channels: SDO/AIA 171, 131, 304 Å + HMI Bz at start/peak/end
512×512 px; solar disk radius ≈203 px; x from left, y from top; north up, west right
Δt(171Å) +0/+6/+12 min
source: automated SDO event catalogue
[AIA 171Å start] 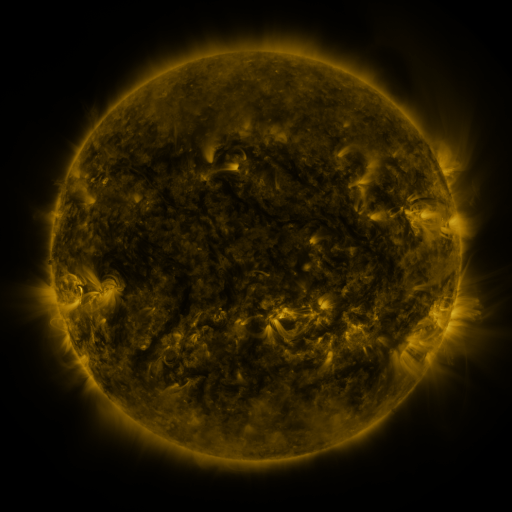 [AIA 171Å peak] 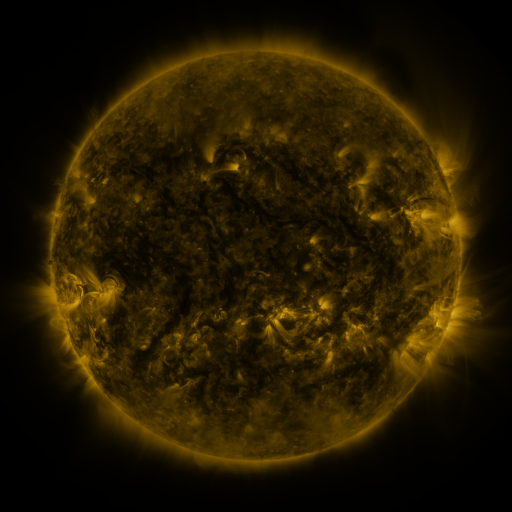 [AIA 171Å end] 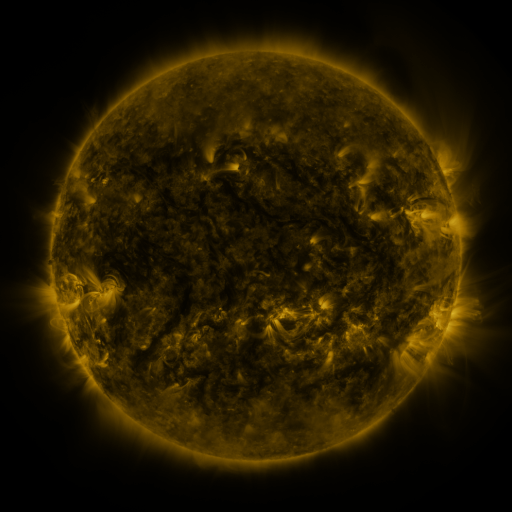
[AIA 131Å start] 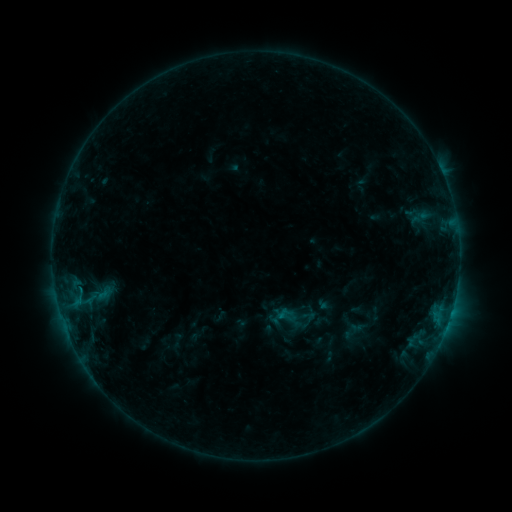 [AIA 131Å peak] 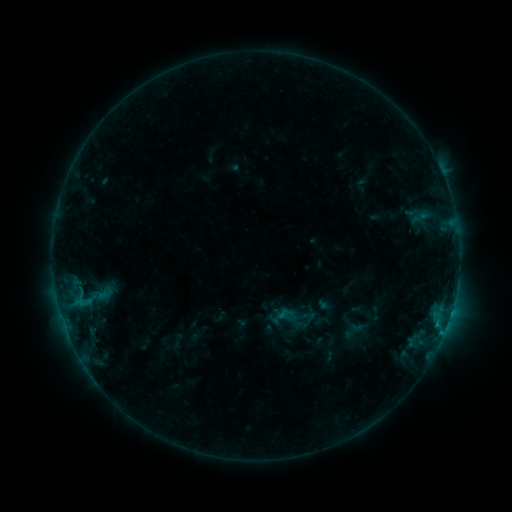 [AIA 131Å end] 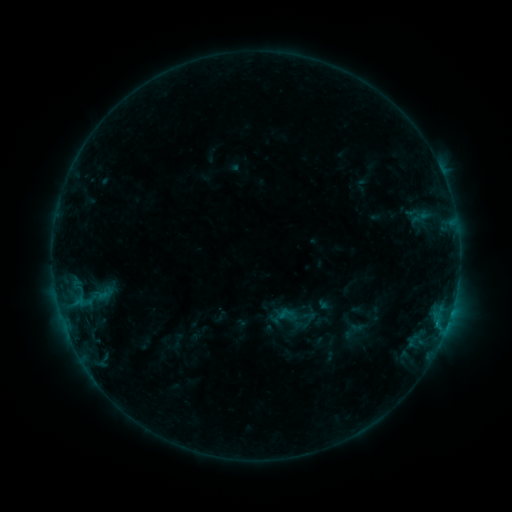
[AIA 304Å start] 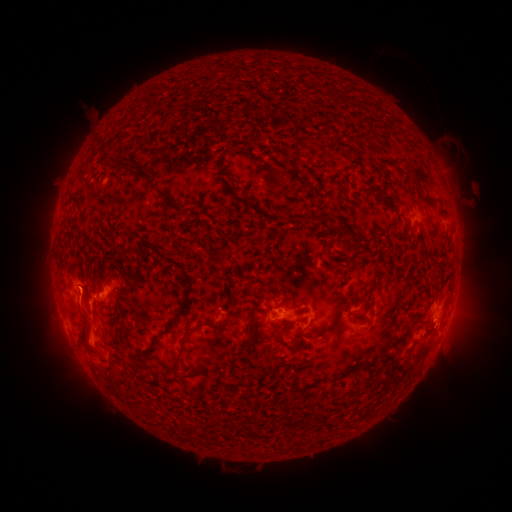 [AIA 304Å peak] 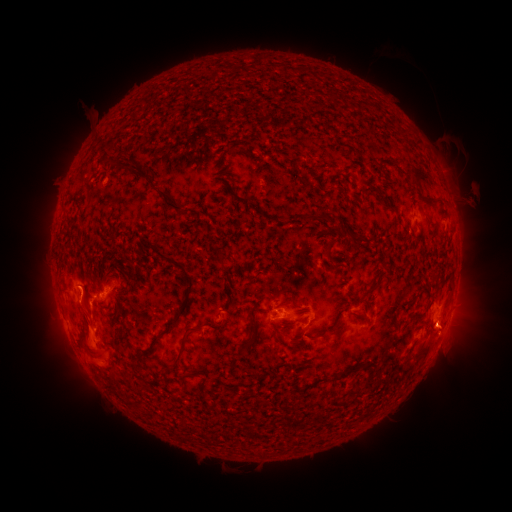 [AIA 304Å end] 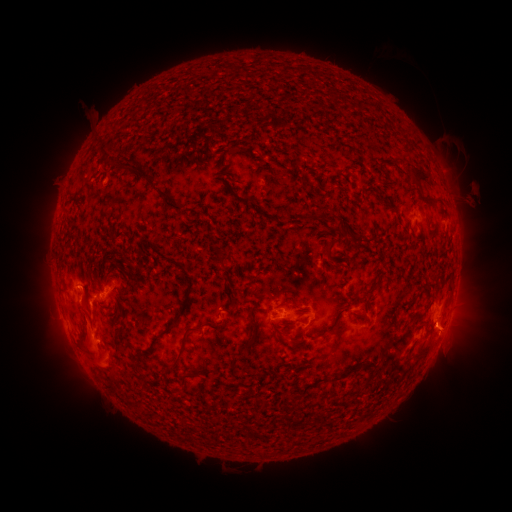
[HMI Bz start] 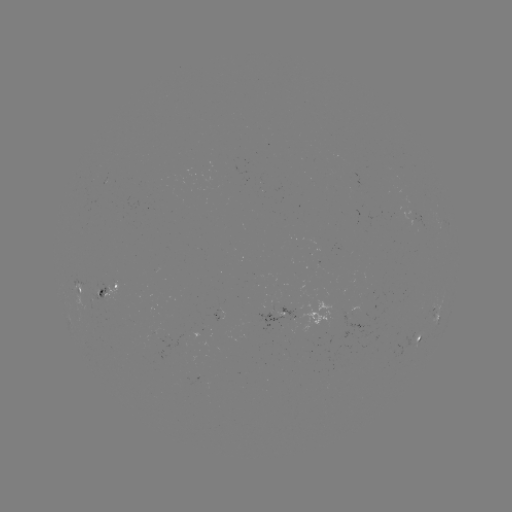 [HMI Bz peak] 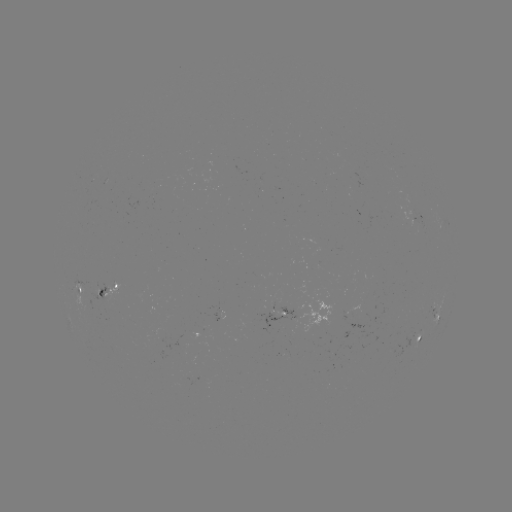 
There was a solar eruption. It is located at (81, 291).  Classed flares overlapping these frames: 1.